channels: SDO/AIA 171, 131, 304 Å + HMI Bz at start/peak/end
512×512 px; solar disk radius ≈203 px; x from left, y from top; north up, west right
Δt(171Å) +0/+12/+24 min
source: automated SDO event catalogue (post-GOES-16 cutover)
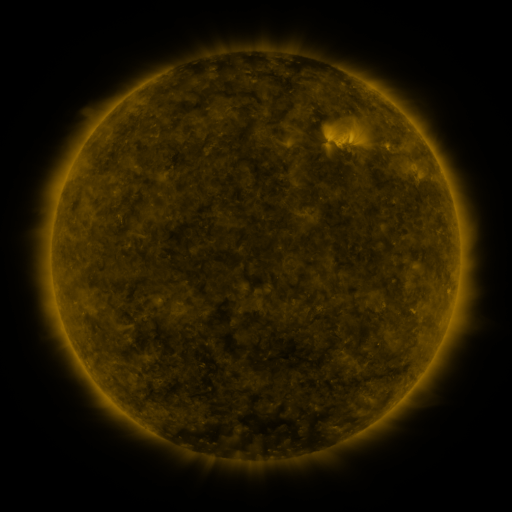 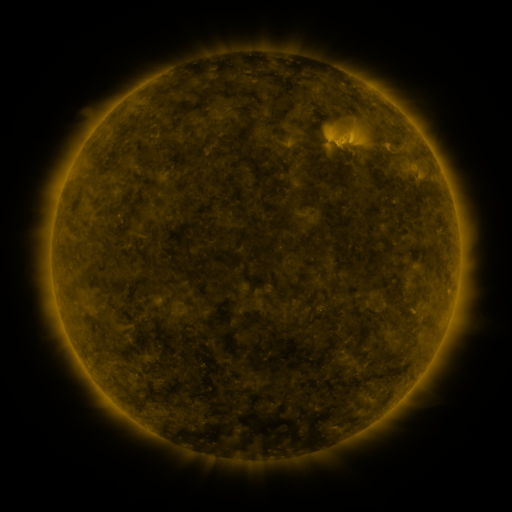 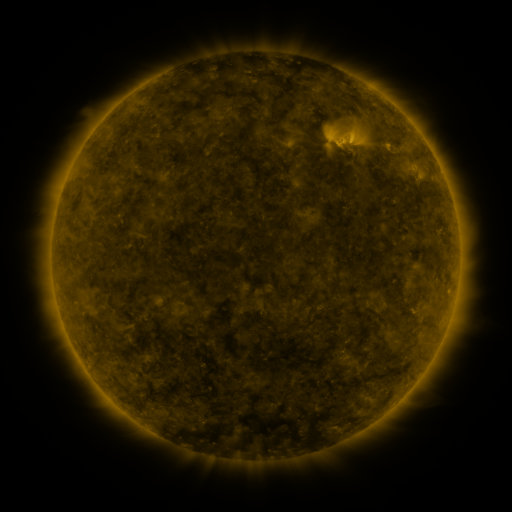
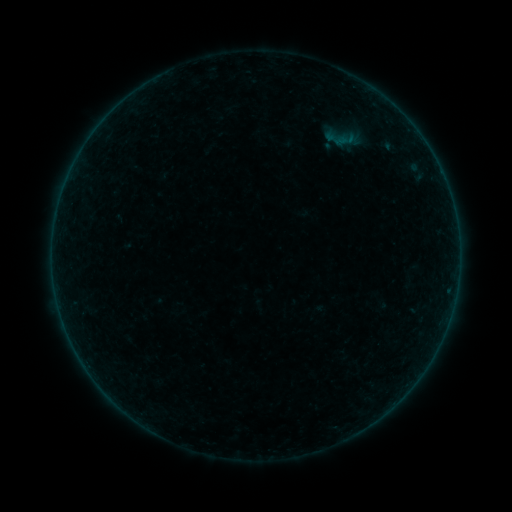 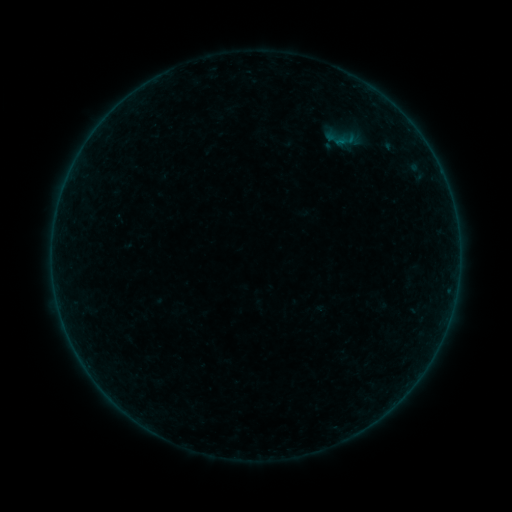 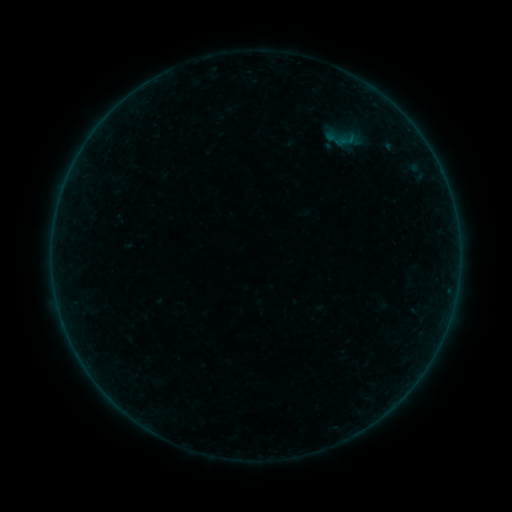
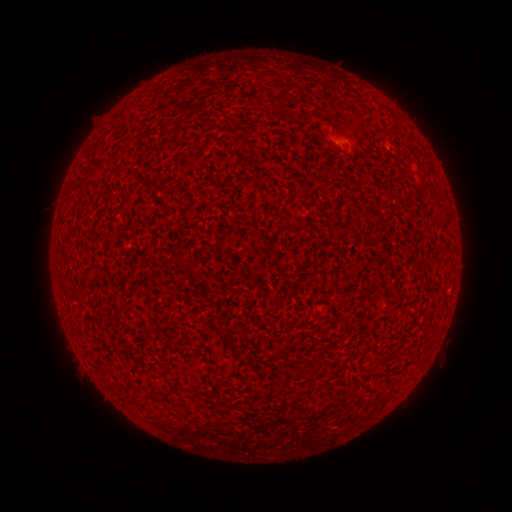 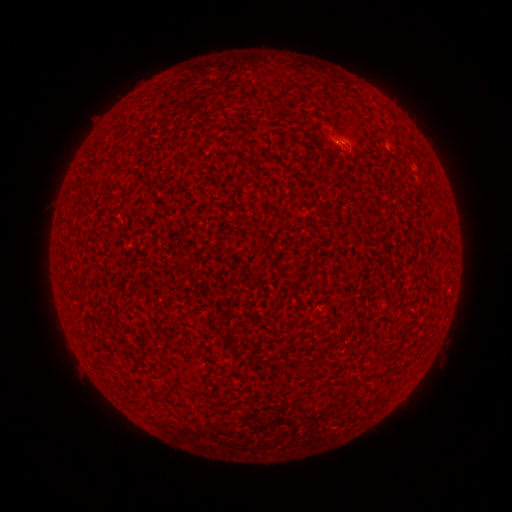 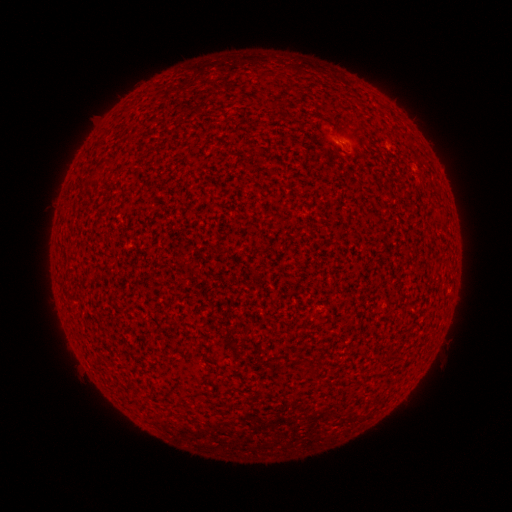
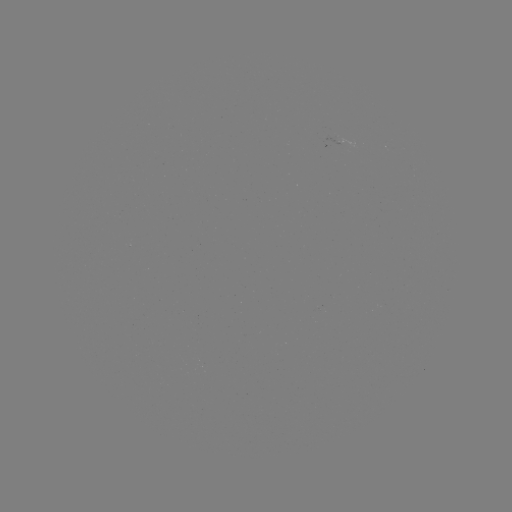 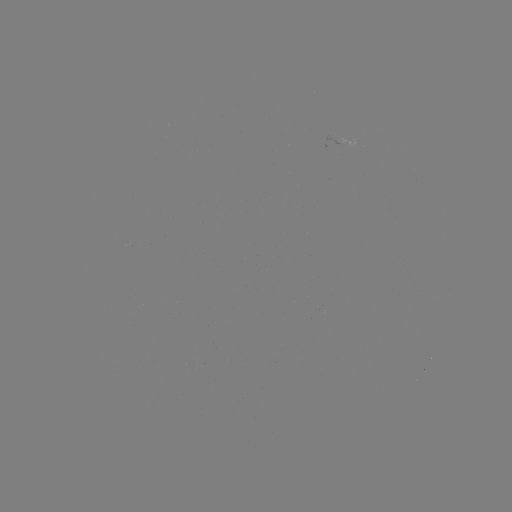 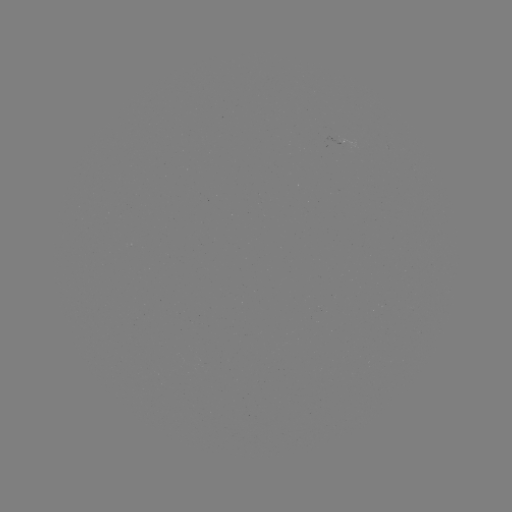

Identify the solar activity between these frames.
A5.4 flare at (340, 143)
